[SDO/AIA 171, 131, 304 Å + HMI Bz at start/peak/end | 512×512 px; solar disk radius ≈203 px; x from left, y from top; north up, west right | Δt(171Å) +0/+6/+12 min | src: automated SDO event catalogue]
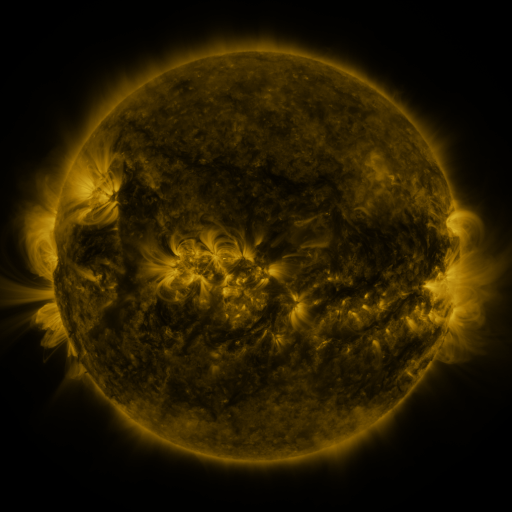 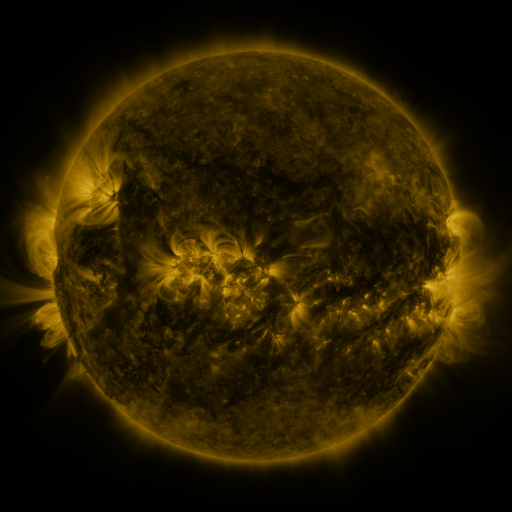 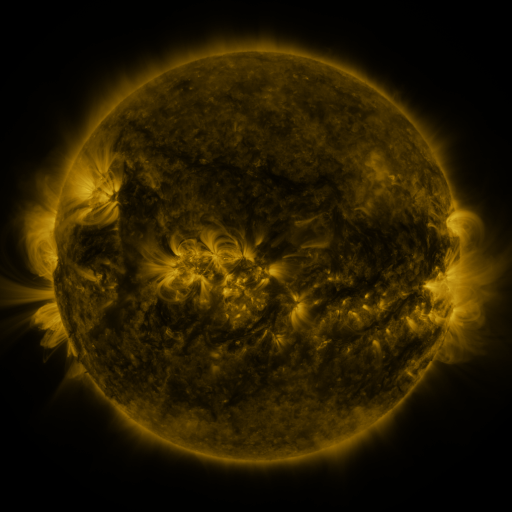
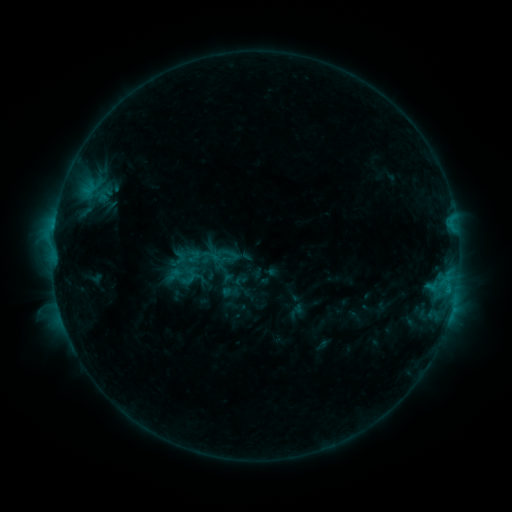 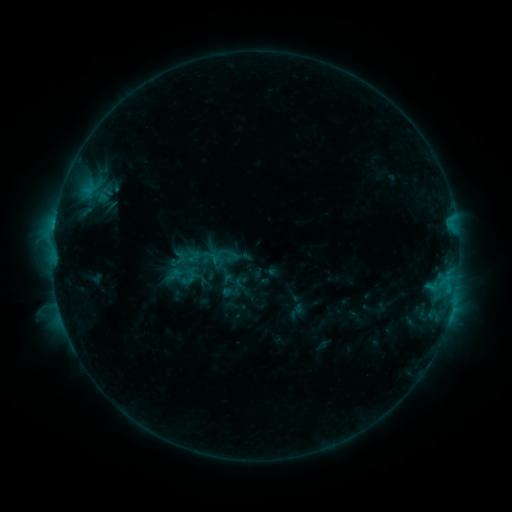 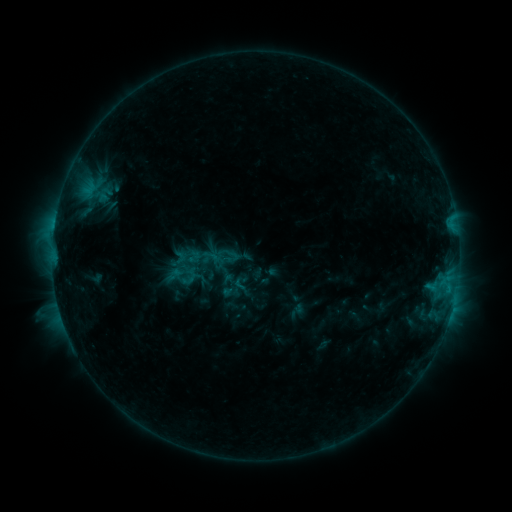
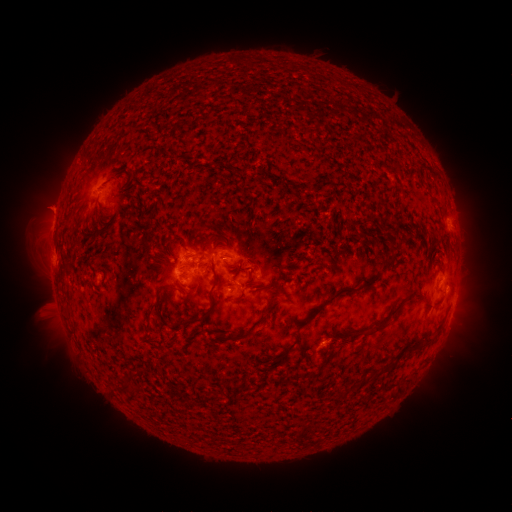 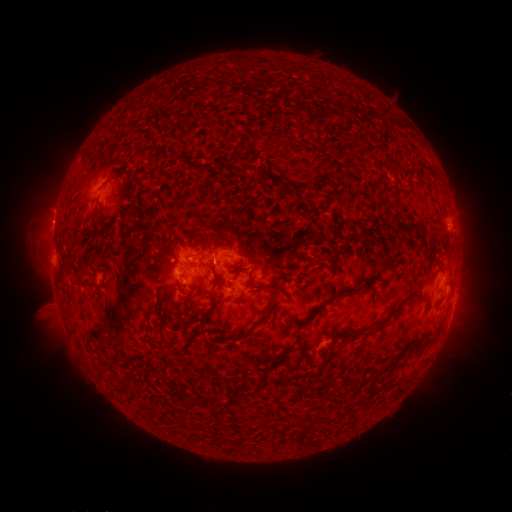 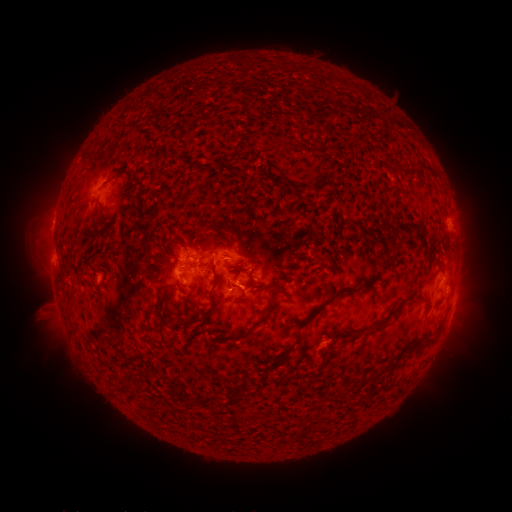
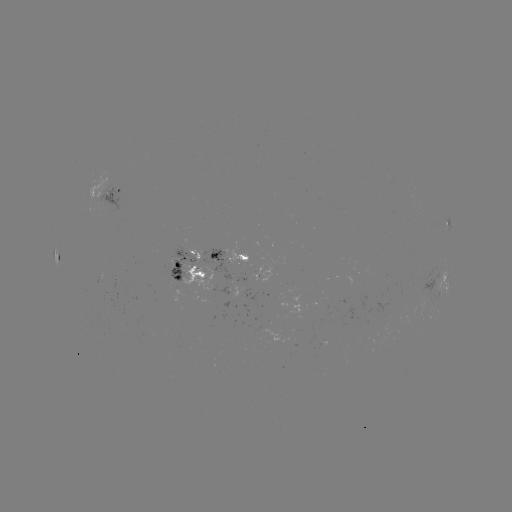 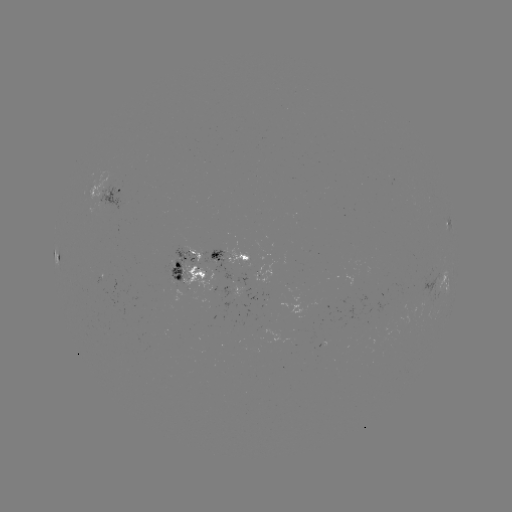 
nothing was catalogued: no classed flare, no EUV trigger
